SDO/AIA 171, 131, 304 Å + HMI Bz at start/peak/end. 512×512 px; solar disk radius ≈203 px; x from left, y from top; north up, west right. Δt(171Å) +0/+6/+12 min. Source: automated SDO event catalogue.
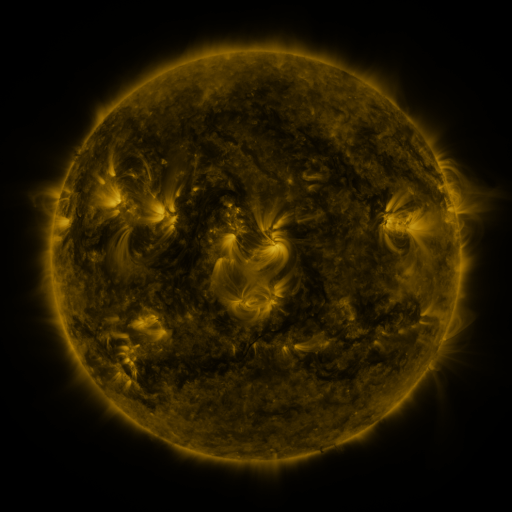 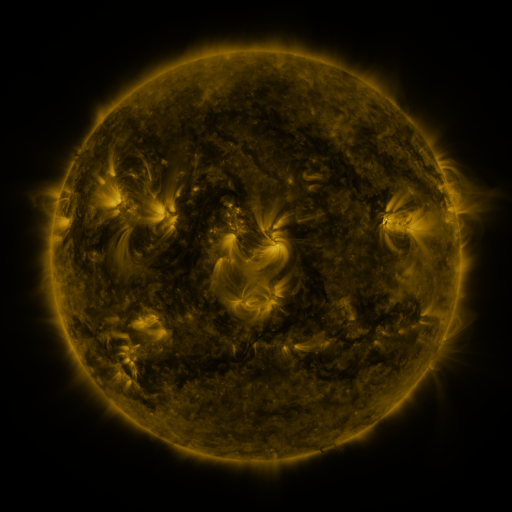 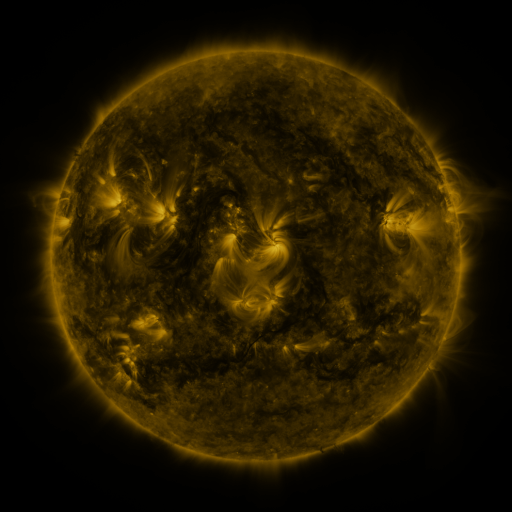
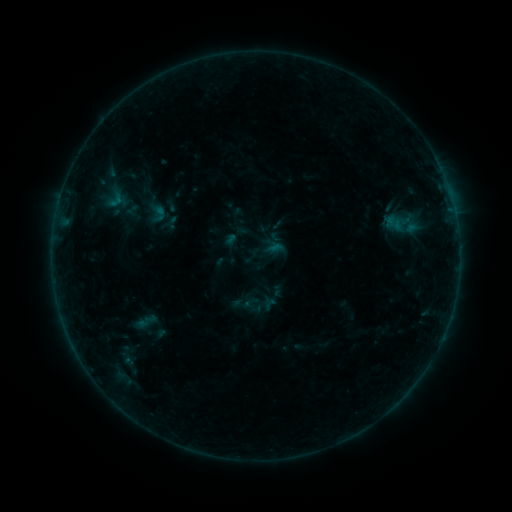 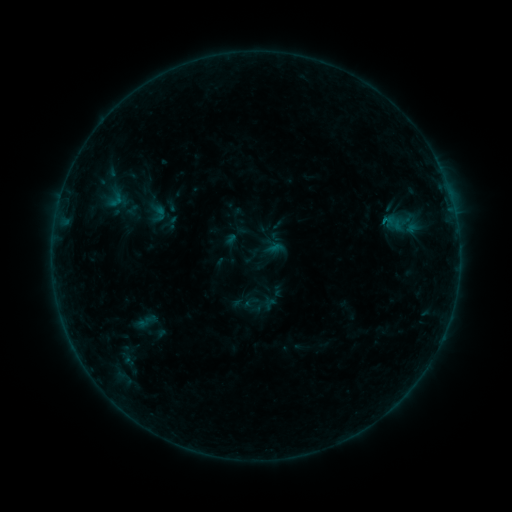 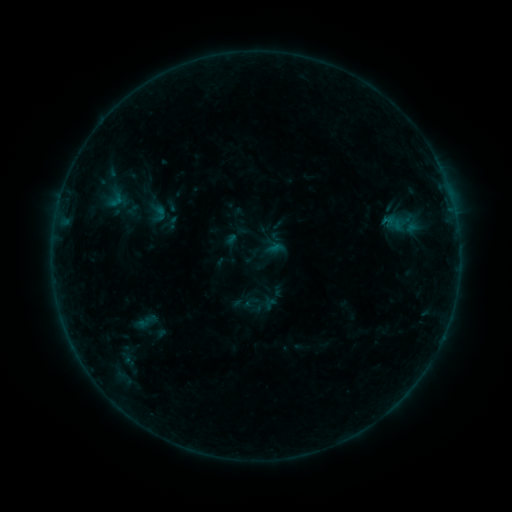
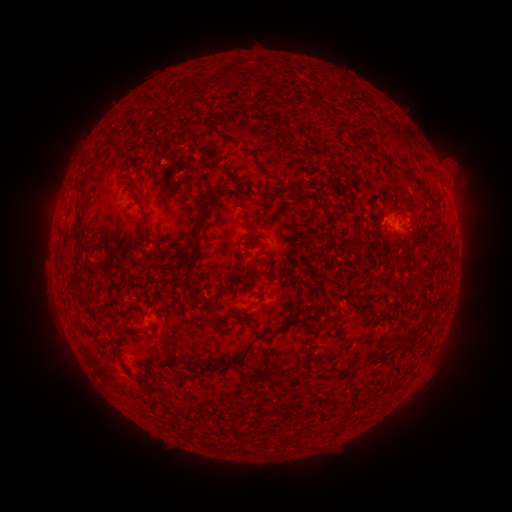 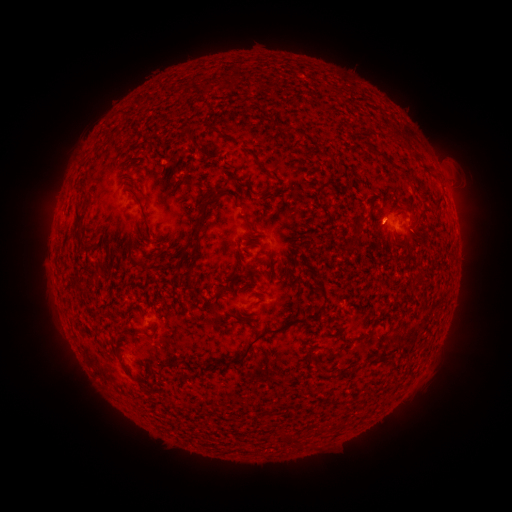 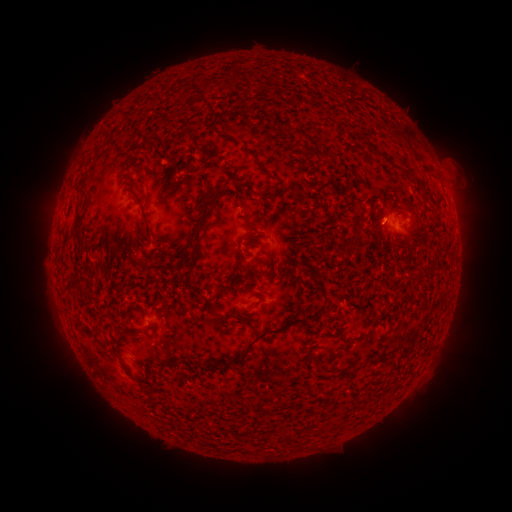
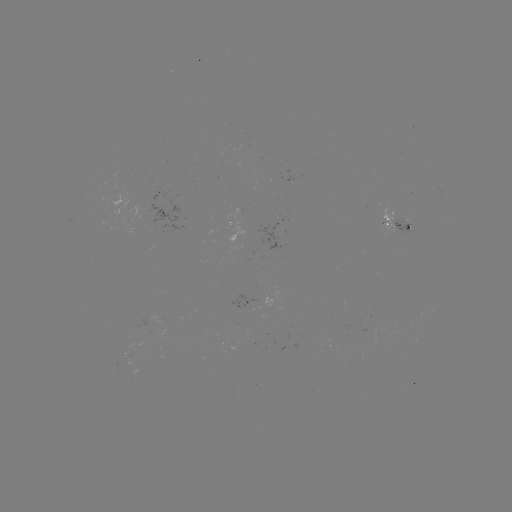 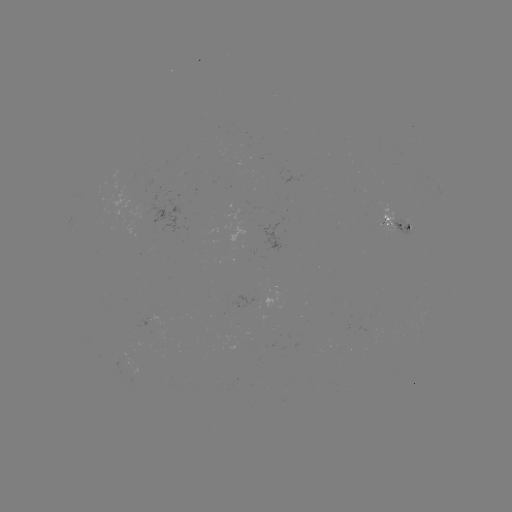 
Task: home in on B2.3 flare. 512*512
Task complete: (382, 221).